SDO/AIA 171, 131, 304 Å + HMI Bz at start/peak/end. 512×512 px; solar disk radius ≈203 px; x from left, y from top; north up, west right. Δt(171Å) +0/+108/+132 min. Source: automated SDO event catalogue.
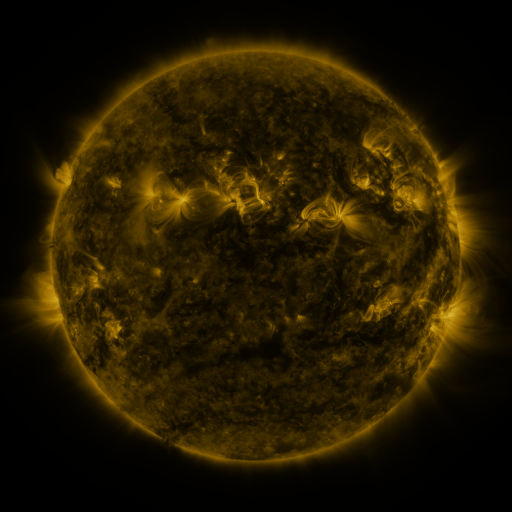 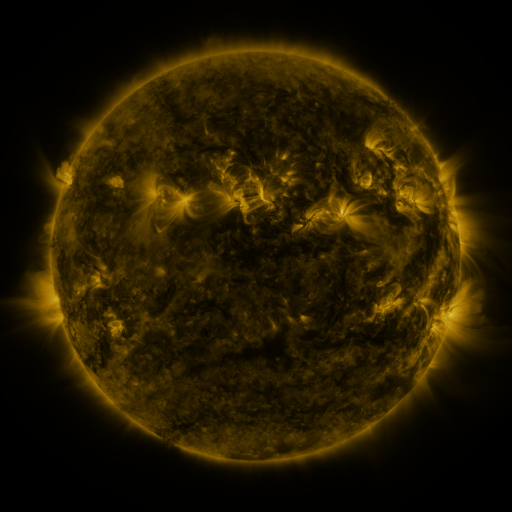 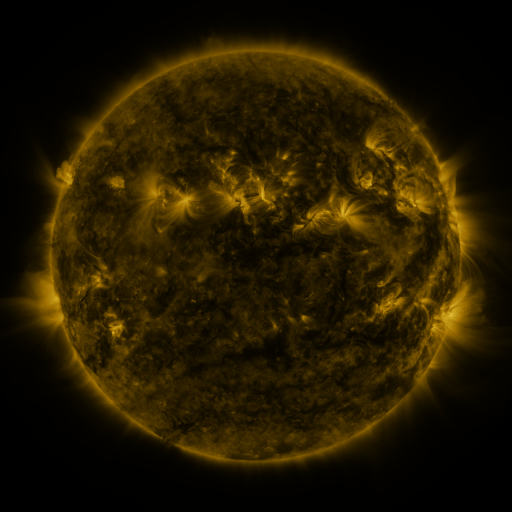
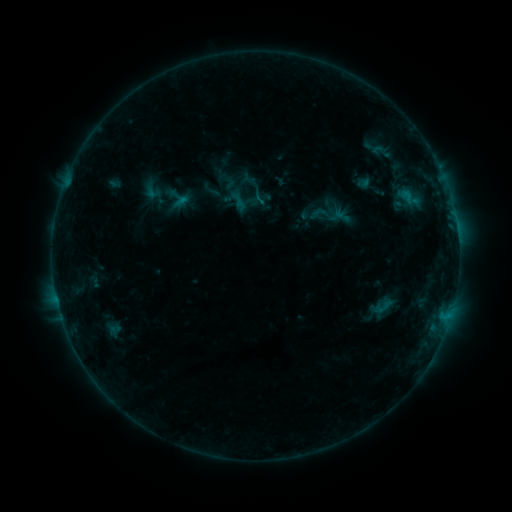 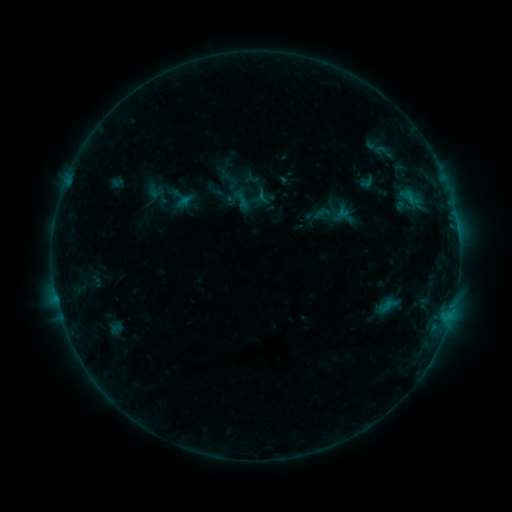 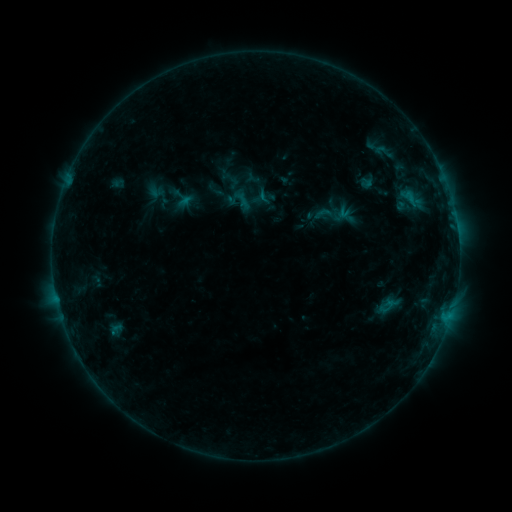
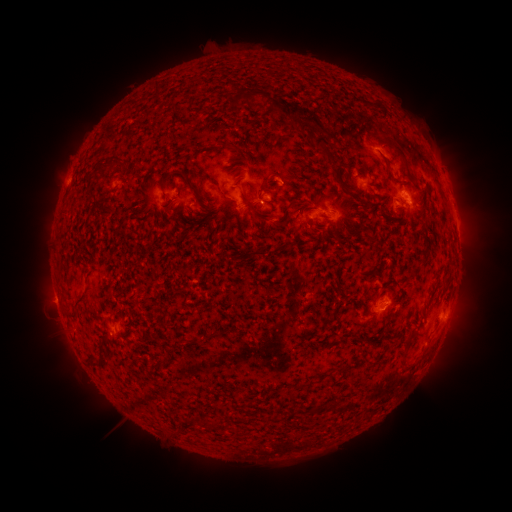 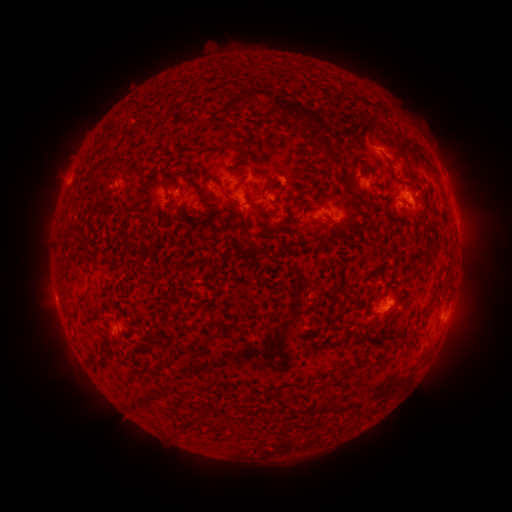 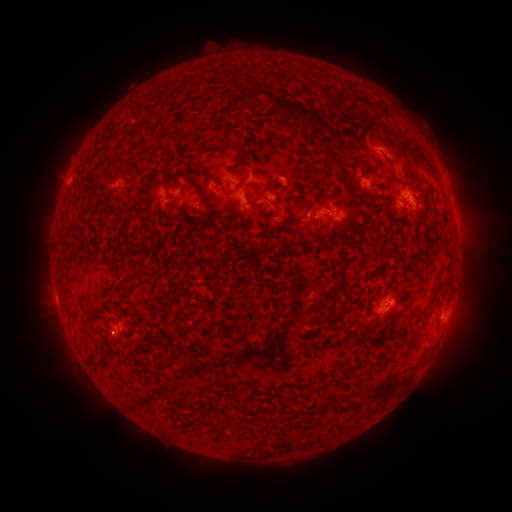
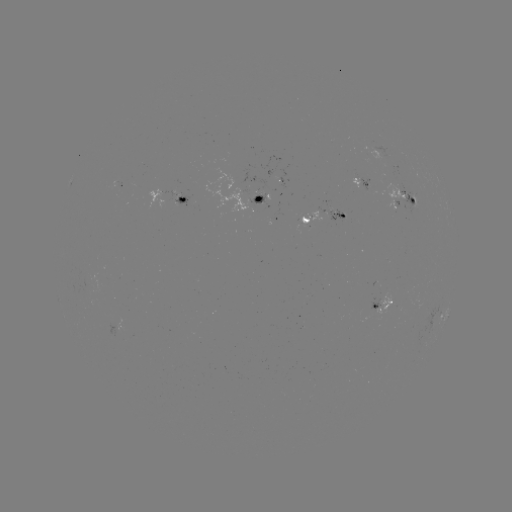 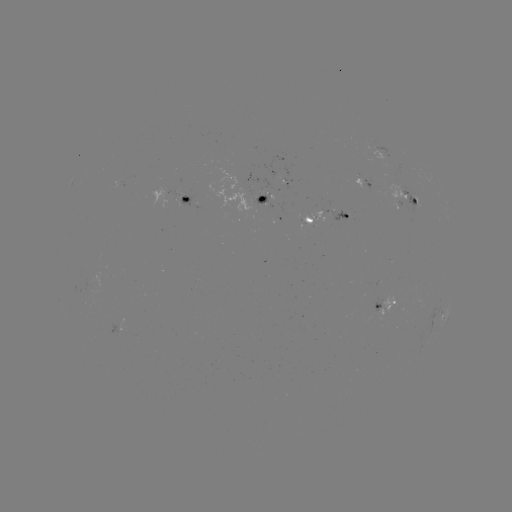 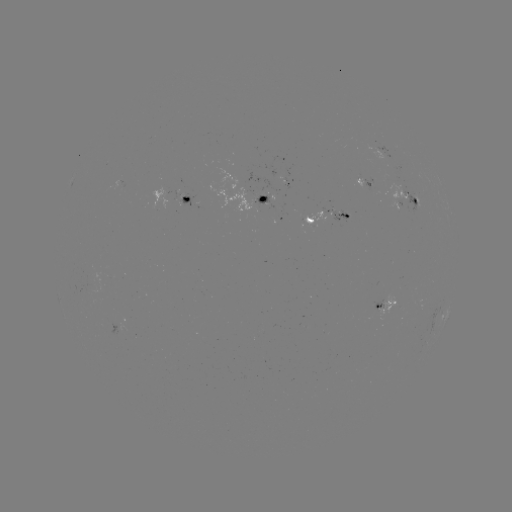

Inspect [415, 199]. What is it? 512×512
emerging-flux region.